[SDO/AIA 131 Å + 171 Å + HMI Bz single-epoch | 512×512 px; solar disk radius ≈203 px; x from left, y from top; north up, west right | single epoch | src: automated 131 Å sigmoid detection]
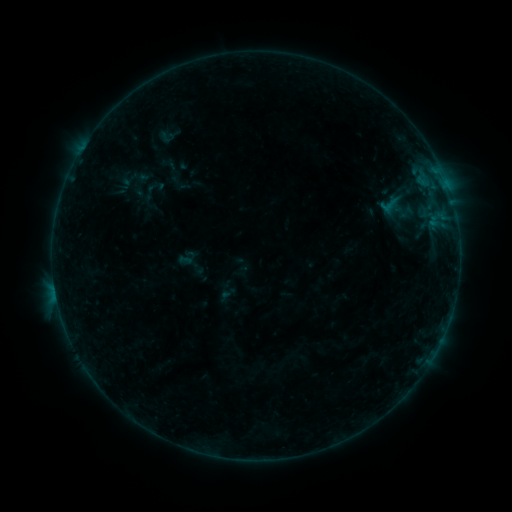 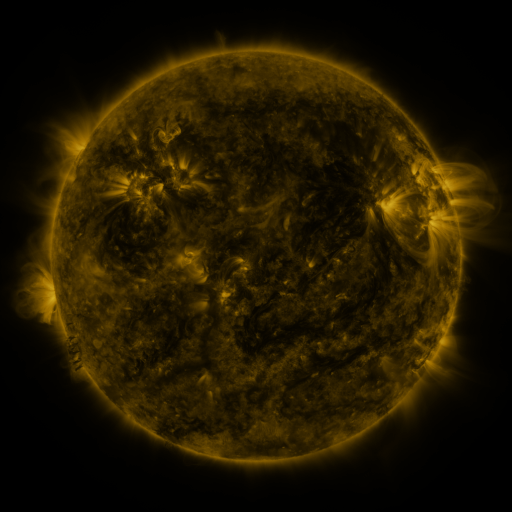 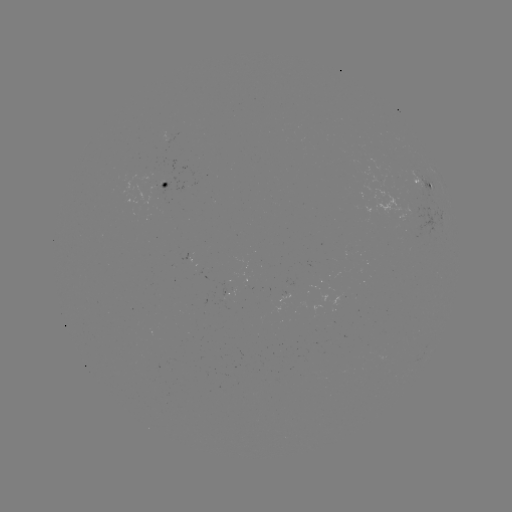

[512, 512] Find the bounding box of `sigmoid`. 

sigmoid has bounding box [377, 192, 404, 219].